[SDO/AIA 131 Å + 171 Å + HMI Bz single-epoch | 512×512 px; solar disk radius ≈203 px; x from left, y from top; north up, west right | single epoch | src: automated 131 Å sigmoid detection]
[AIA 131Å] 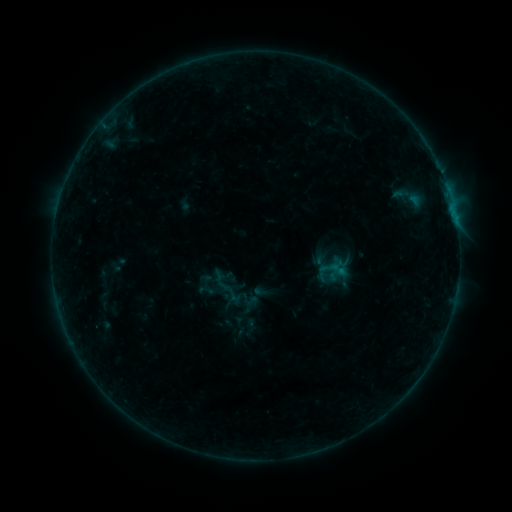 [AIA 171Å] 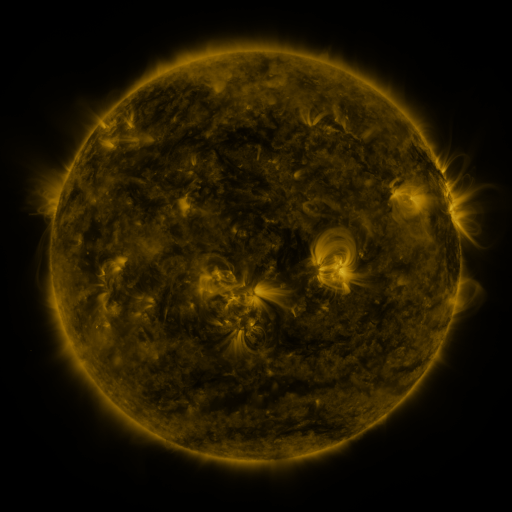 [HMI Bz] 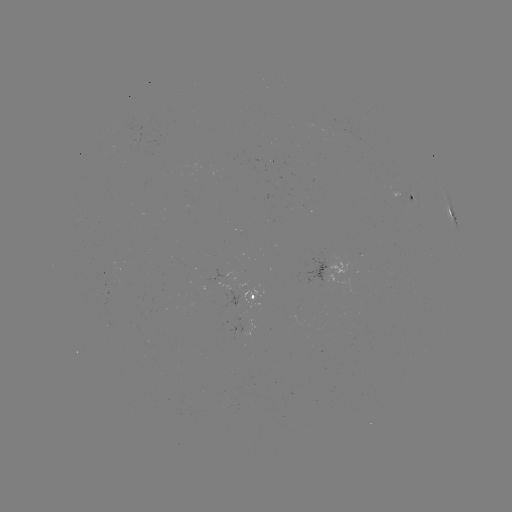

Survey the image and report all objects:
sigmoid: [328, 259, 347, 279]
sigmoid: [196, 281, 216, 299]
